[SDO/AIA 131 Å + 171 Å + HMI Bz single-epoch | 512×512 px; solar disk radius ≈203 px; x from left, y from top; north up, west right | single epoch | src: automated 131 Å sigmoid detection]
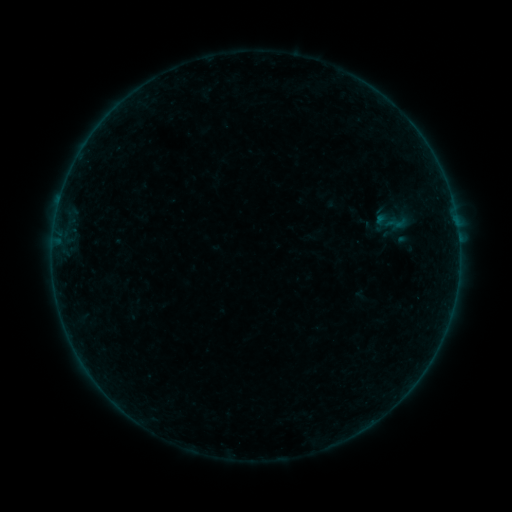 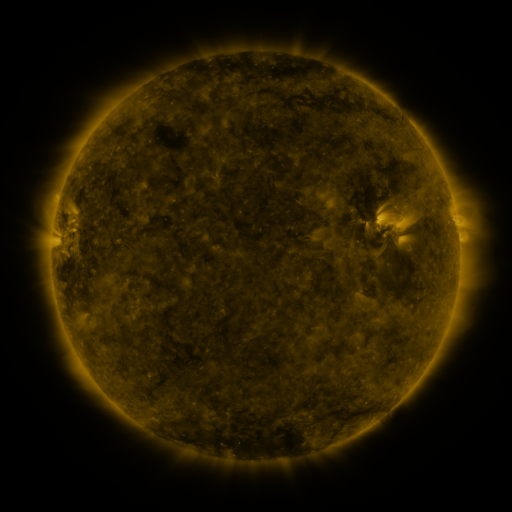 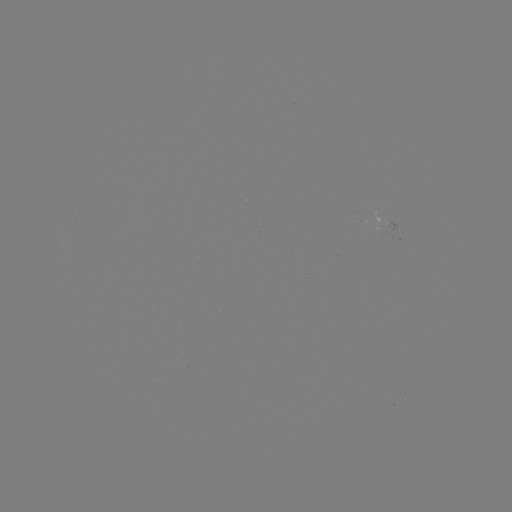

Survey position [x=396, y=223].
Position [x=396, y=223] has sigmoid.